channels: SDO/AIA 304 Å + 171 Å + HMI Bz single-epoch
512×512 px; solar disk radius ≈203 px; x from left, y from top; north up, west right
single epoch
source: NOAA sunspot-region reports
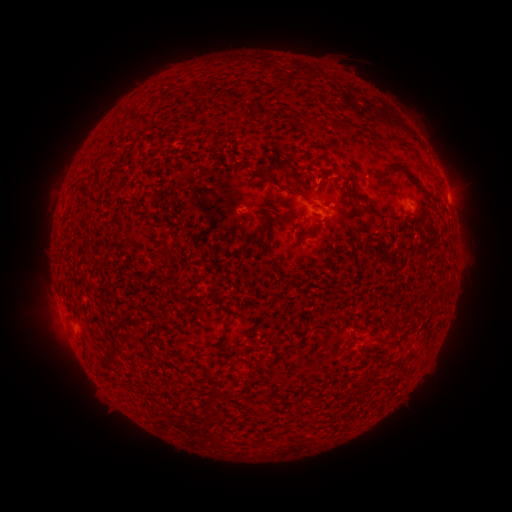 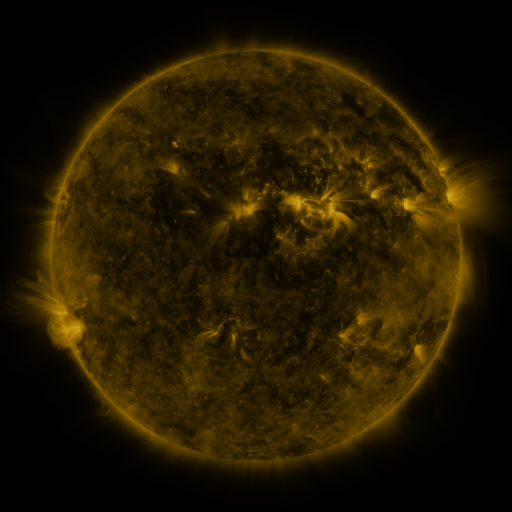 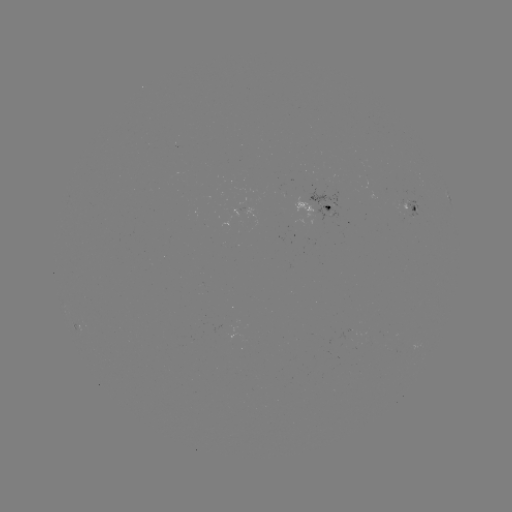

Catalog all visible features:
spotted active region: (447, 194)
spotted active region: (319, 206)
spotted active region: (412, 206)
